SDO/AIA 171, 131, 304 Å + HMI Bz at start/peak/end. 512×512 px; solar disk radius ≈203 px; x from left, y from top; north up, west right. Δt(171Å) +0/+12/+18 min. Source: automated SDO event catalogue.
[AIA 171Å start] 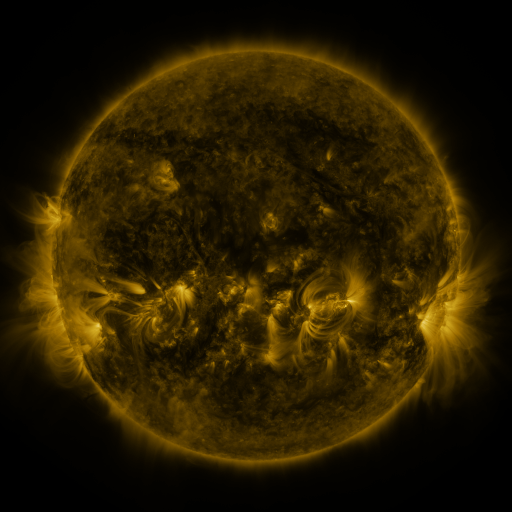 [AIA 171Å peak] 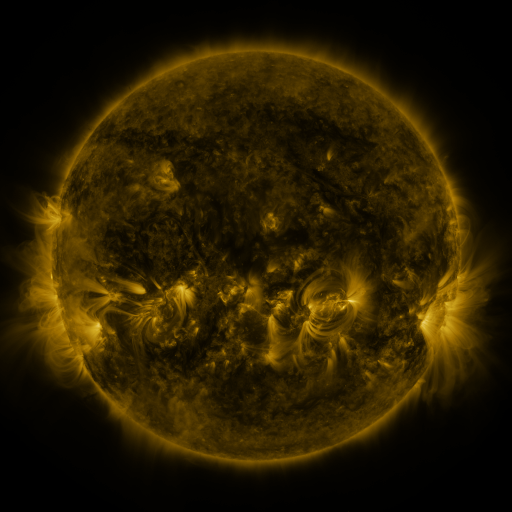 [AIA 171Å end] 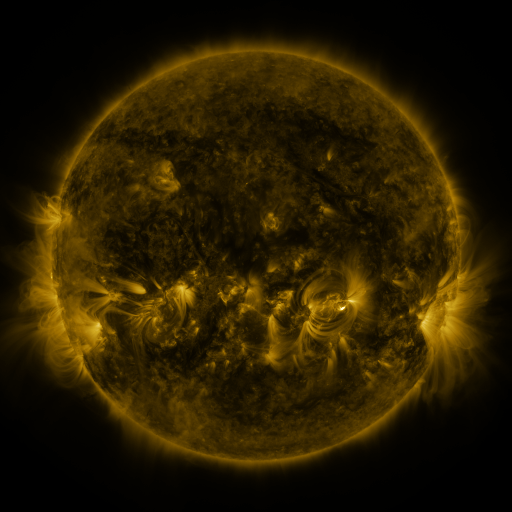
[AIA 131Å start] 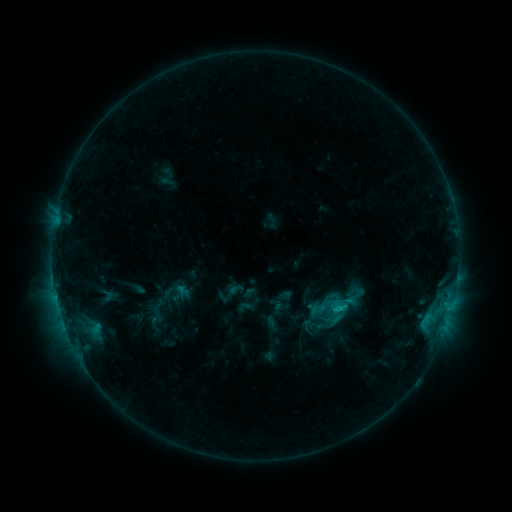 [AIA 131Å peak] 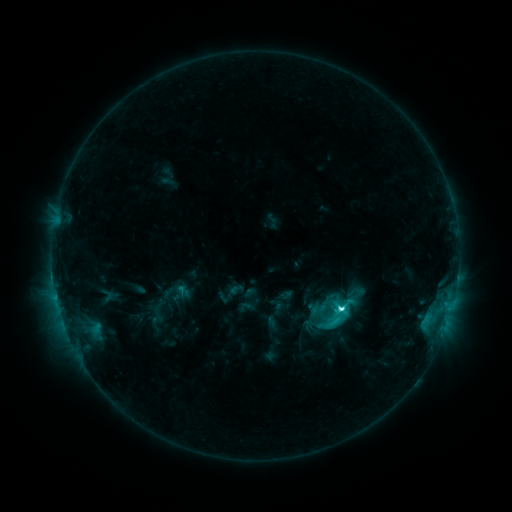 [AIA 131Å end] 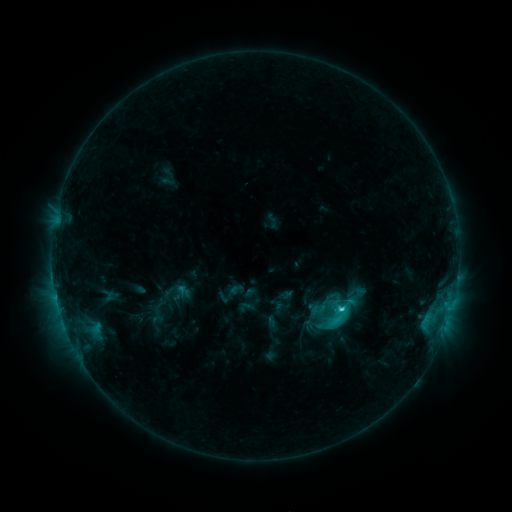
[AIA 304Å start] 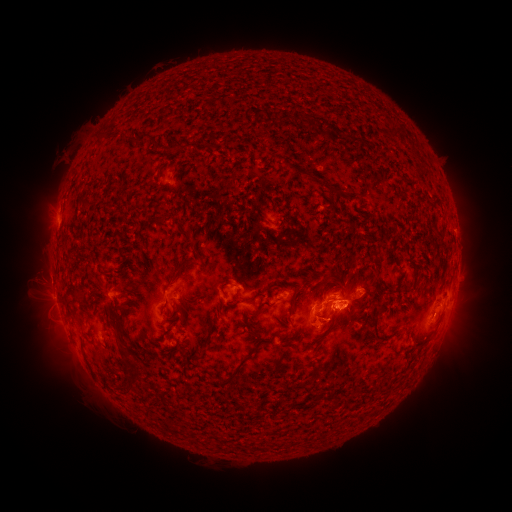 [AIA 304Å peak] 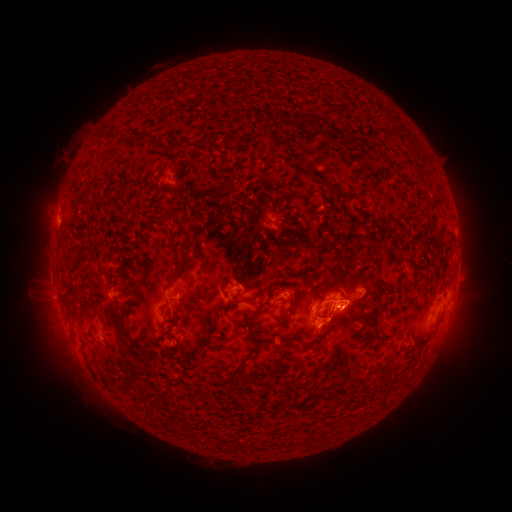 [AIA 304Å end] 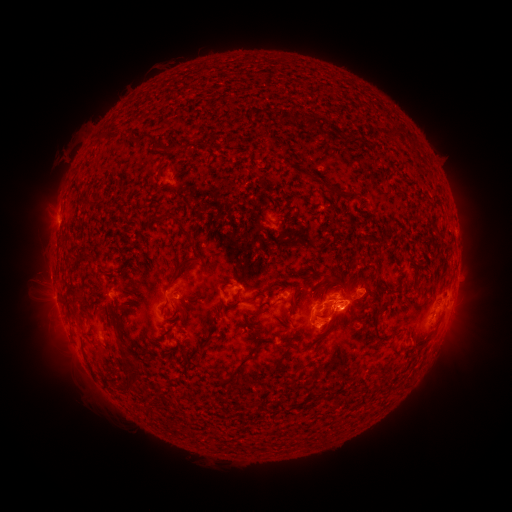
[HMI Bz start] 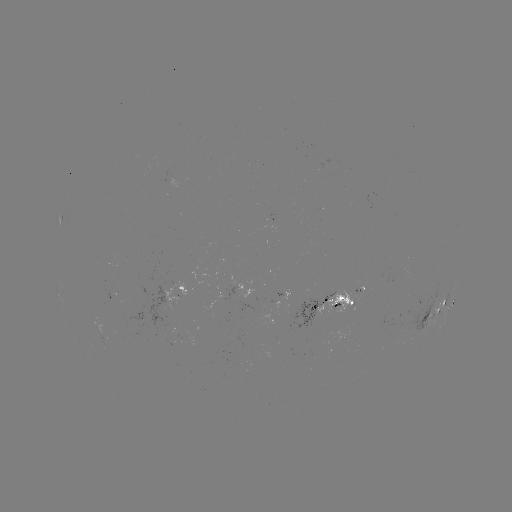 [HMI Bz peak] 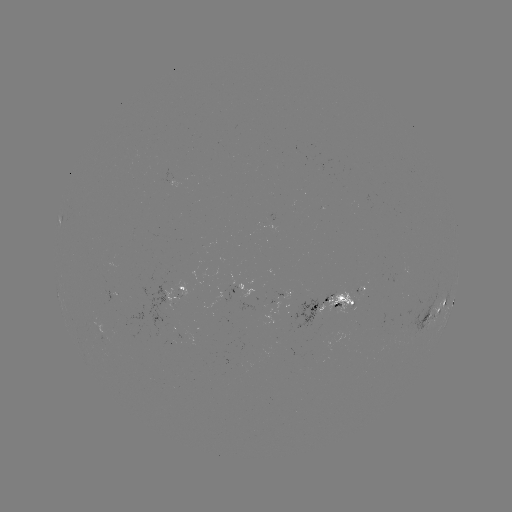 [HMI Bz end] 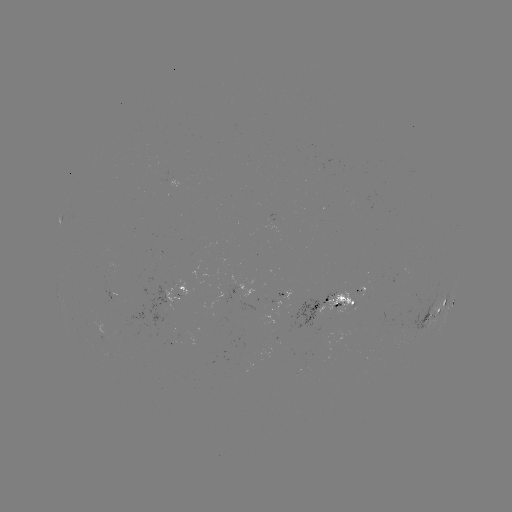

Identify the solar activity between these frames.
C5.6 flare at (341, 306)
